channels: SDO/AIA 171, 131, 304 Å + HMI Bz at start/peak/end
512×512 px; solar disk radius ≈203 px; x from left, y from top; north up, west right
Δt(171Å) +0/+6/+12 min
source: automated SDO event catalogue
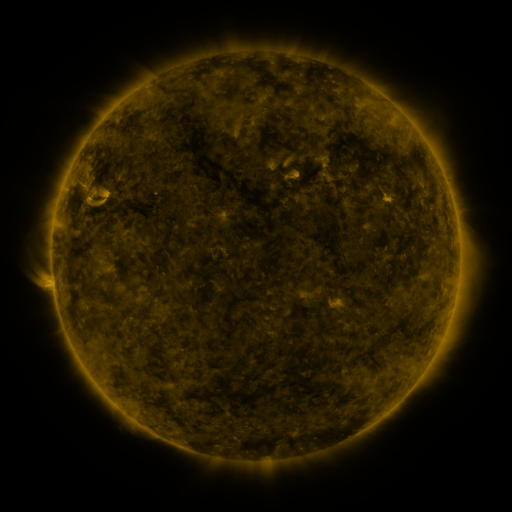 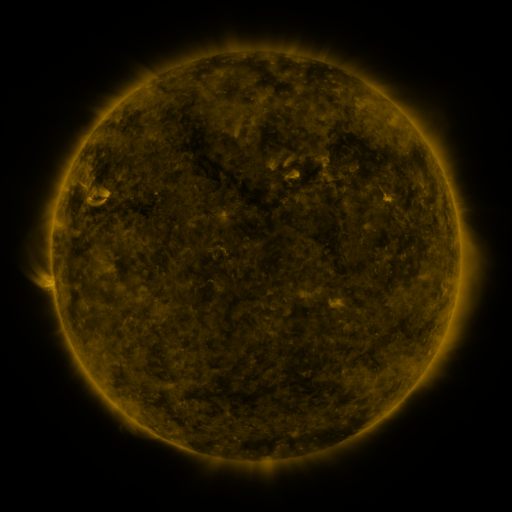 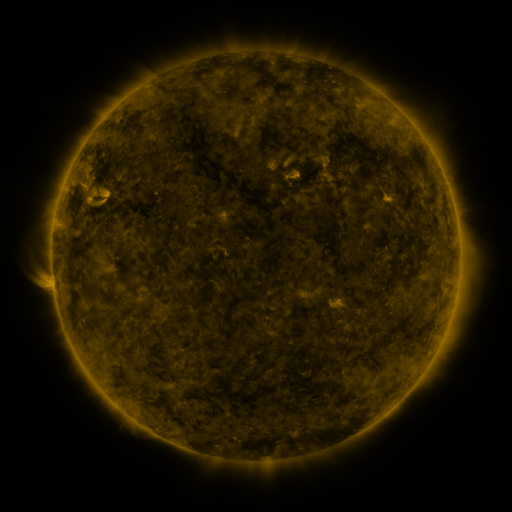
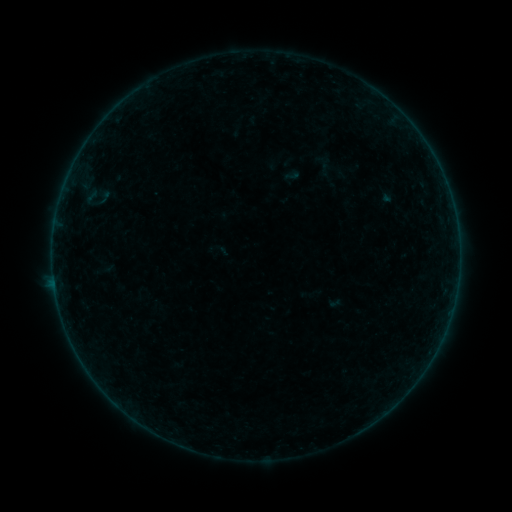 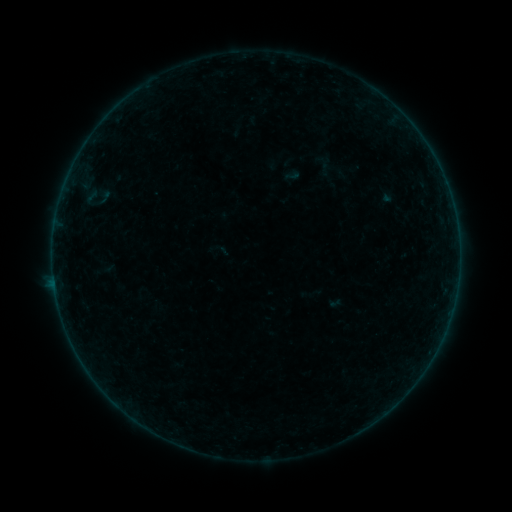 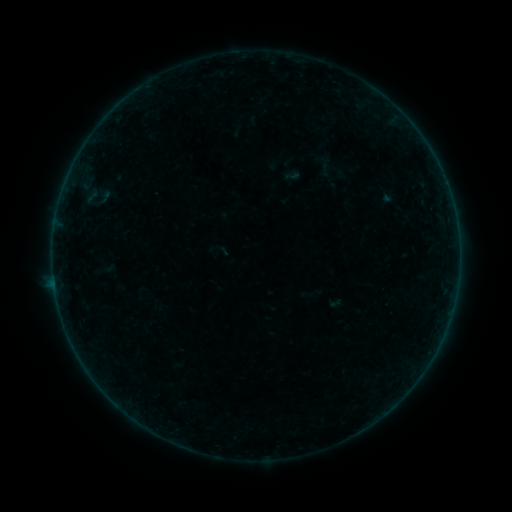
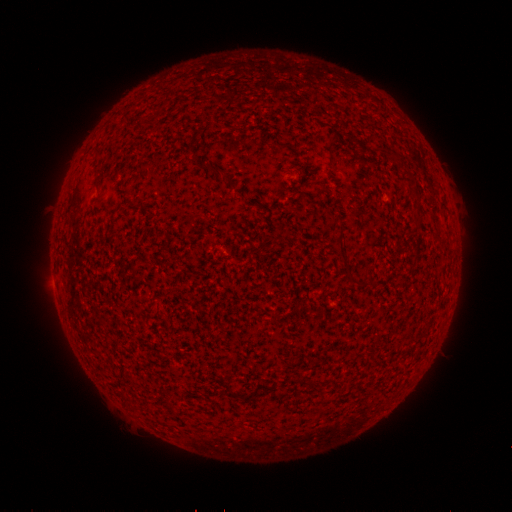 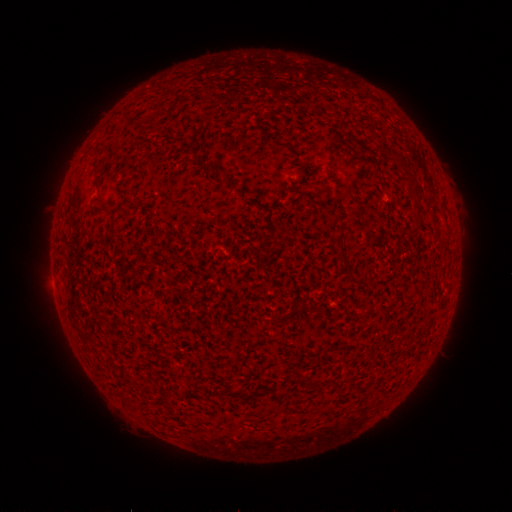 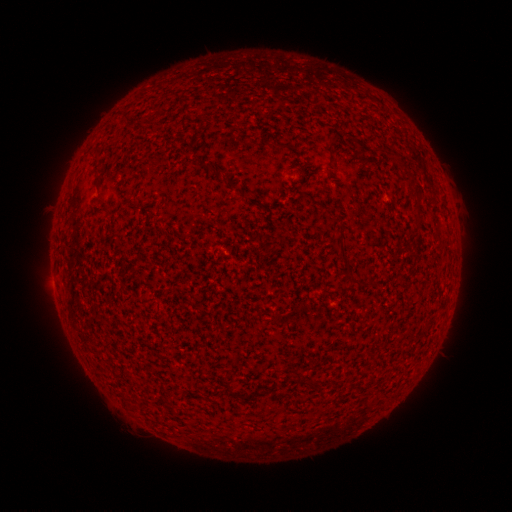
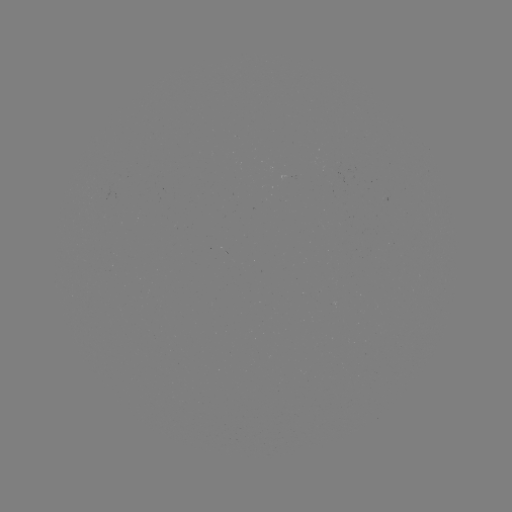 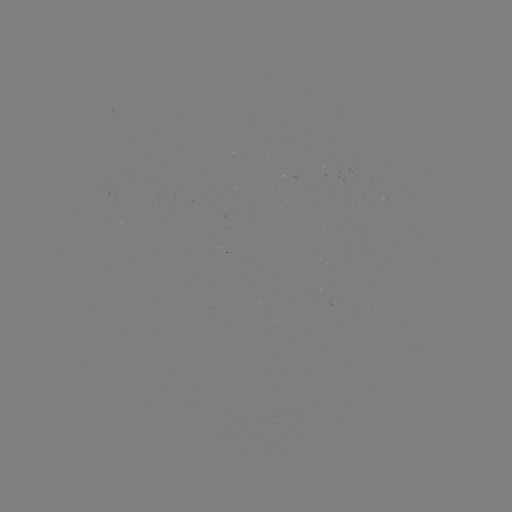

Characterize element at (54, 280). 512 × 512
B2.7 flare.